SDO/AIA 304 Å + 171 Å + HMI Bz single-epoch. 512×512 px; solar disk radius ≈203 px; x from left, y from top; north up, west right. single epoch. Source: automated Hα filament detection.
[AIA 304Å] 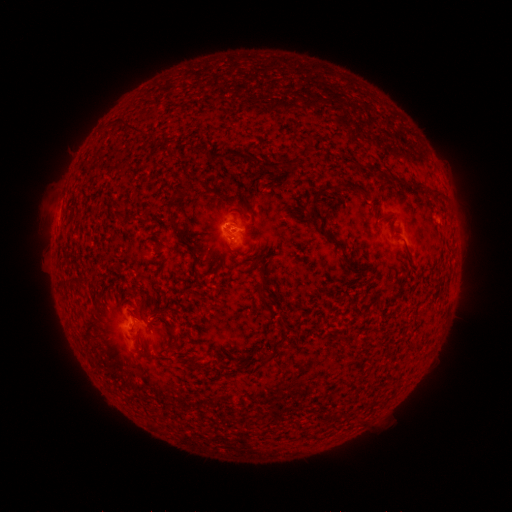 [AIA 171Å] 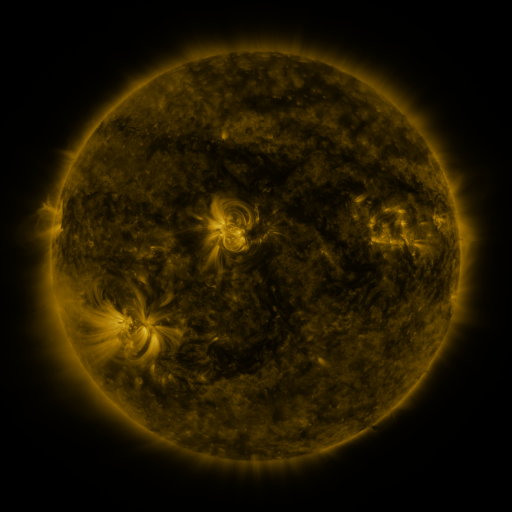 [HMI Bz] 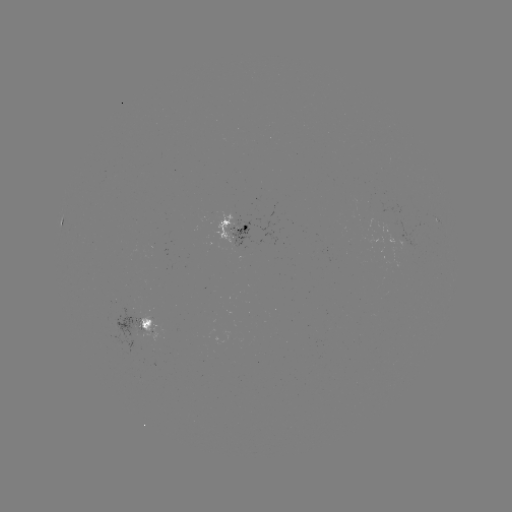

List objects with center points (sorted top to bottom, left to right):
filament: (123, 124, 143, 134)
filament: (290, 150, 300, 162)
filament: (413, 180, 422, 190)
filament: (432, 189, 443, 201)
filament: (313, 209, 324, 220)
filament: (259, 276, 269, 288)
